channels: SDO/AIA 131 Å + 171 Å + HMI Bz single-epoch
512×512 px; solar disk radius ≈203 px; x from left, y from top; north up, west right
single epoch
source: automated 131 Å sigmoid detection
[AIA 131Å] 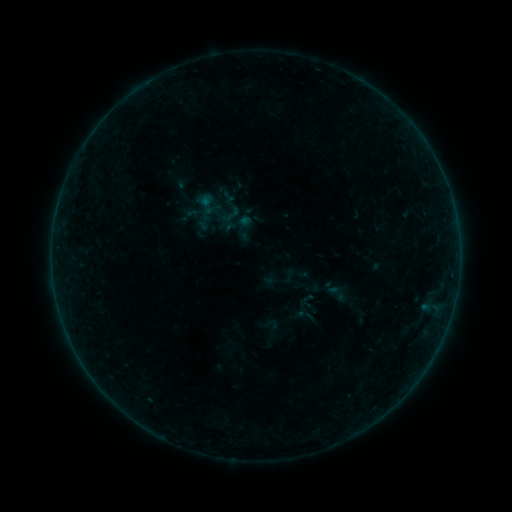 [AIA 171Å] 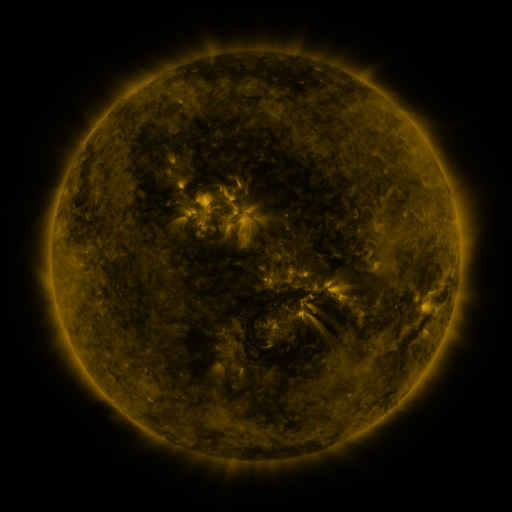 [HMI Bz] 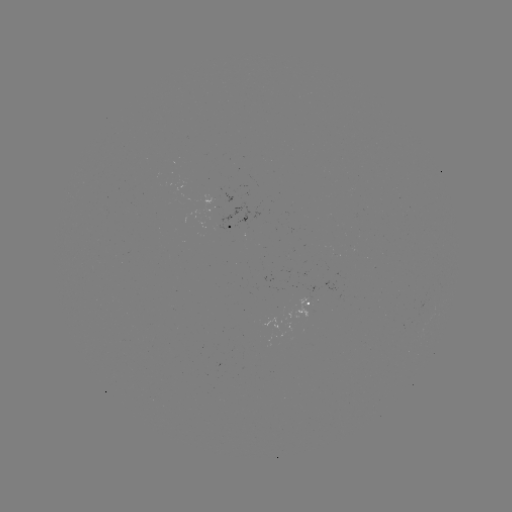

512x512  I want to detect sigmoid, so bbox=[325, 281, 349, 305].